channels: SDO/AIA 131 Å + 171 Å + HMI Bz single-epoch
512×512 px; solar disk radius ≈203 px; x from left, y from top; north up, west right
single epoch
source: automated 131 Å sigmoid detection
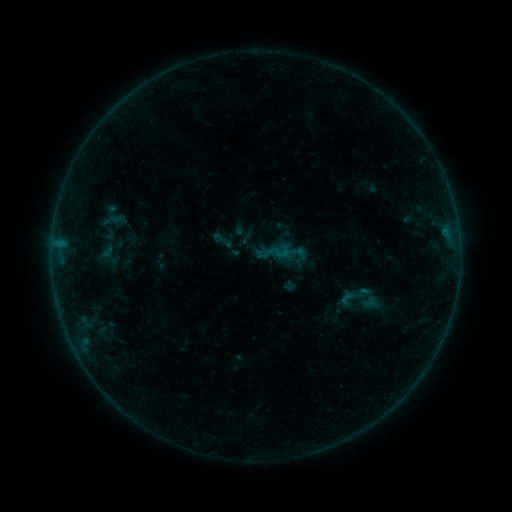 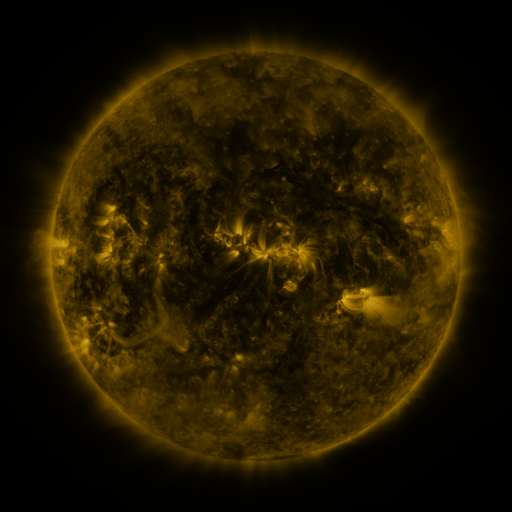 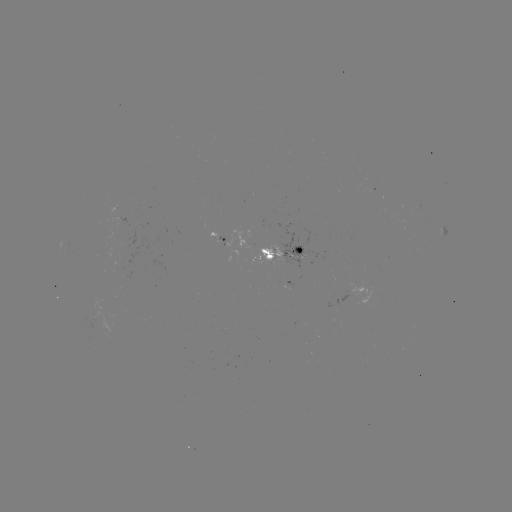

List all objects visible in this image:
sigmoid: (98, 239, 121, 268)
sigmoid: (338, 280, 369, 312)
